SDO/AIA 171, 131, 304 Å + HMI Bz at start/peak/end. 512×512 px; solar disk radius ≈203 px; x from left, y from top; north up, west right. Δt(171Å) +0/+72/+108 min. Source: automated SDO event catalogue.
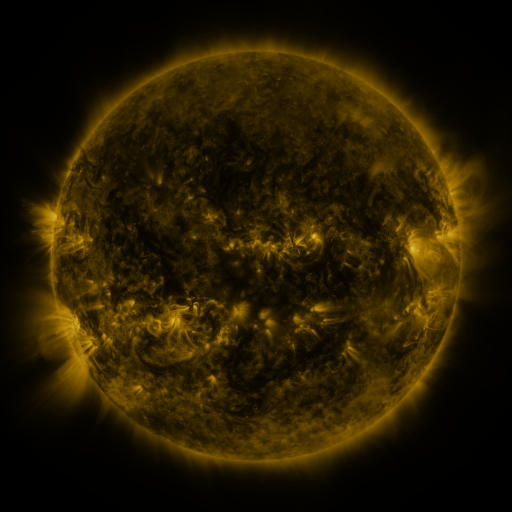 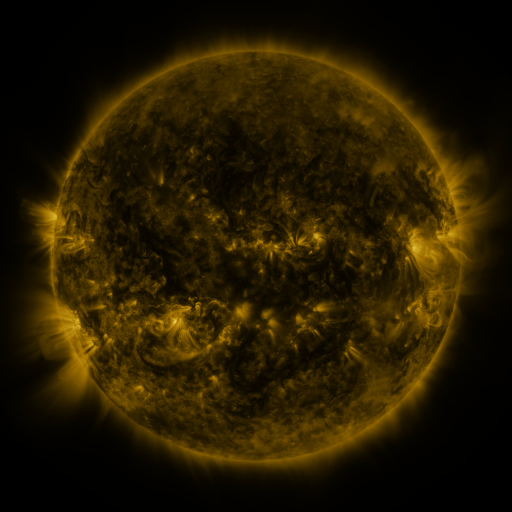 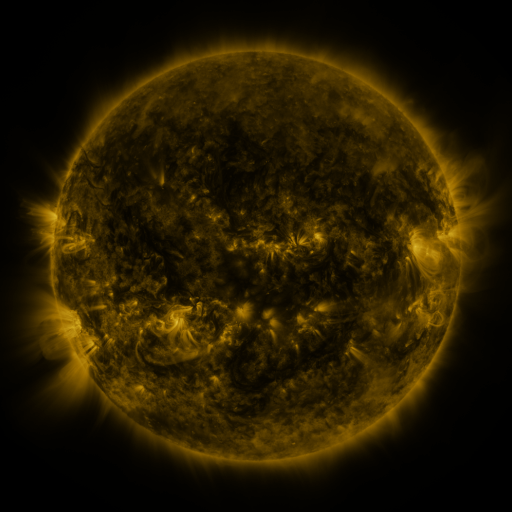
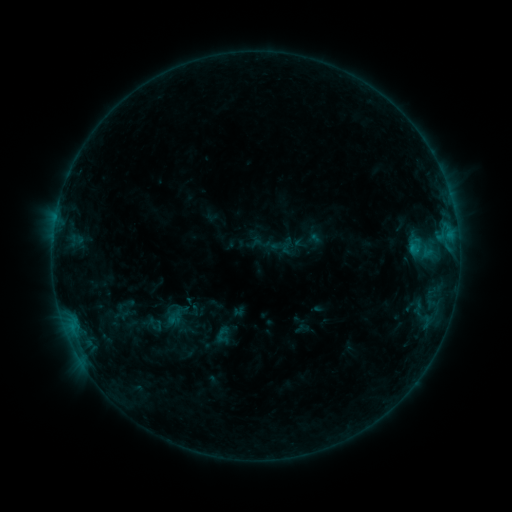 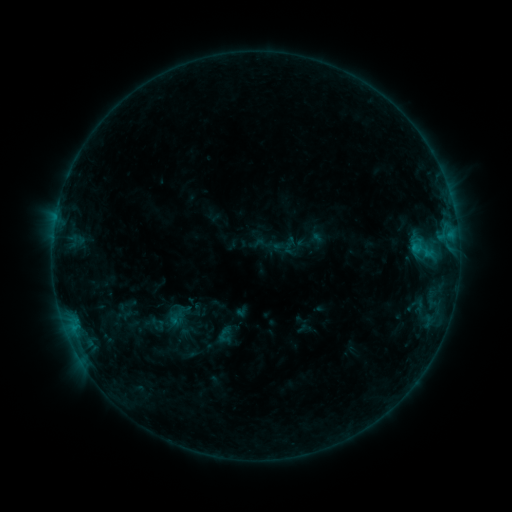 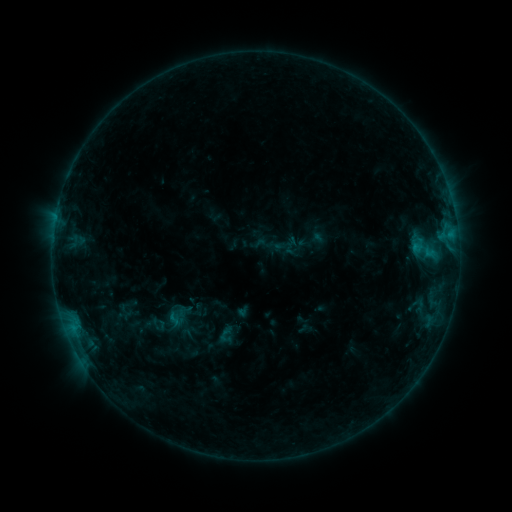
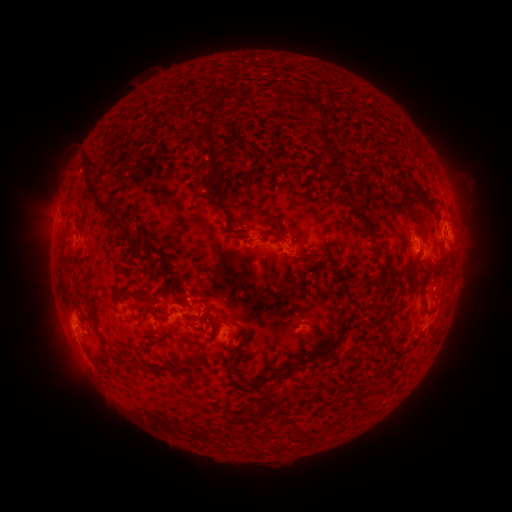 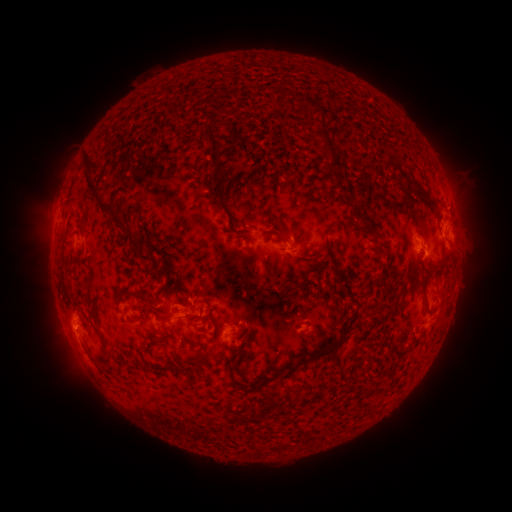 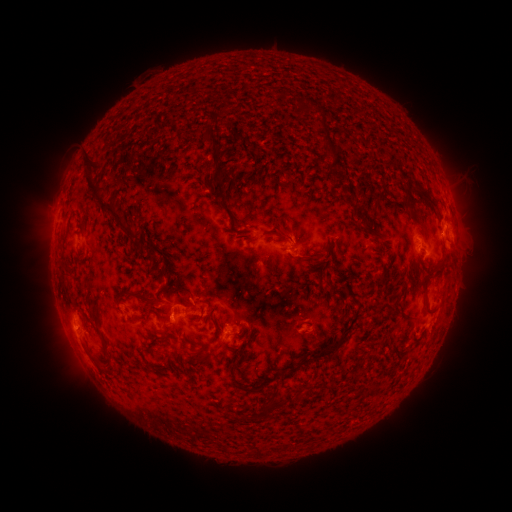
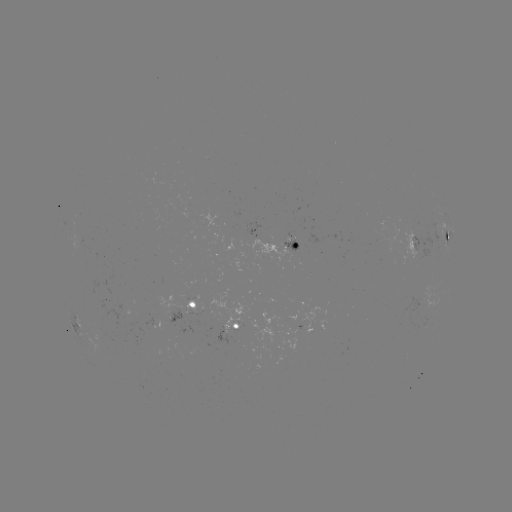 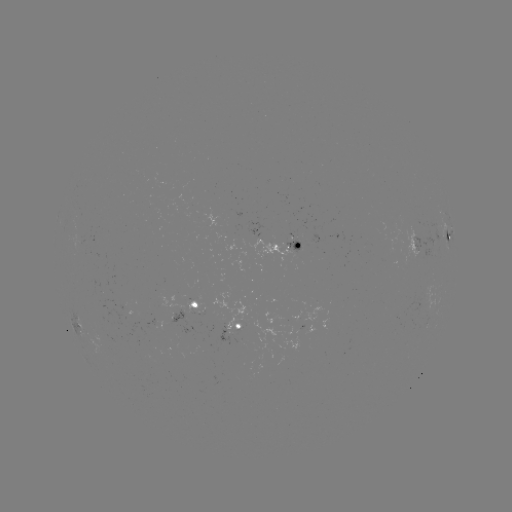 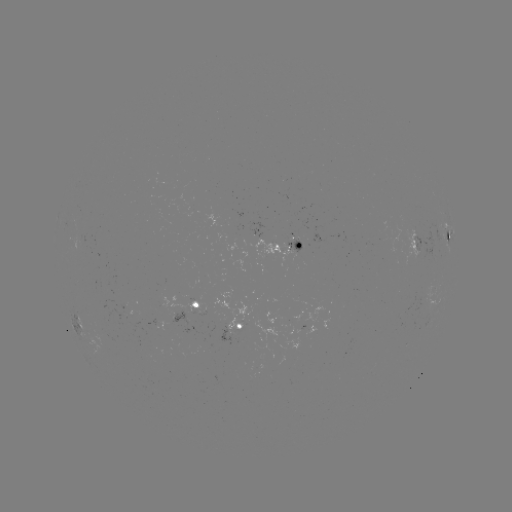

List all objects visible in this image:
emerging-flux region: (100, 328)
